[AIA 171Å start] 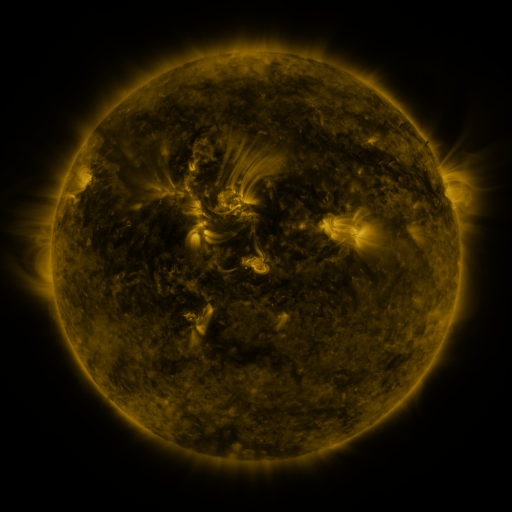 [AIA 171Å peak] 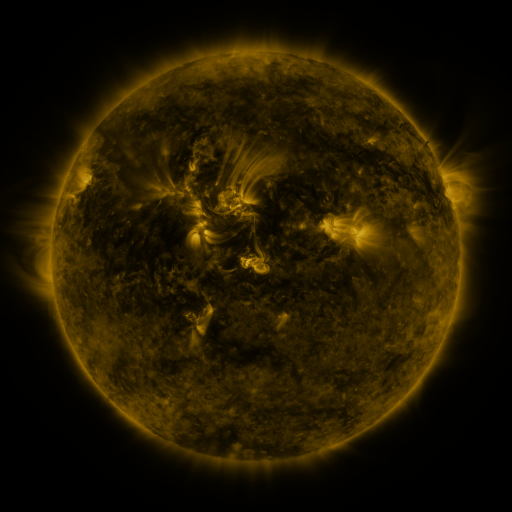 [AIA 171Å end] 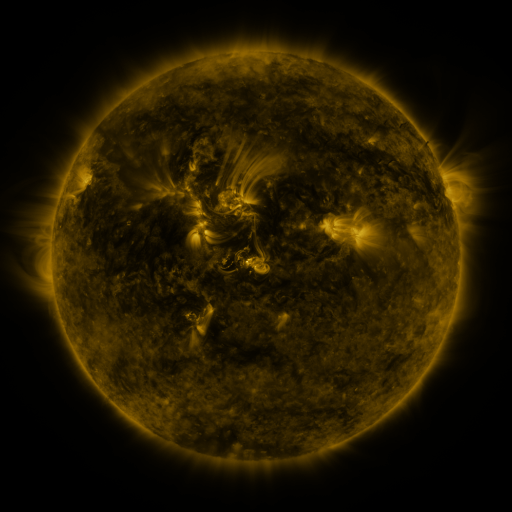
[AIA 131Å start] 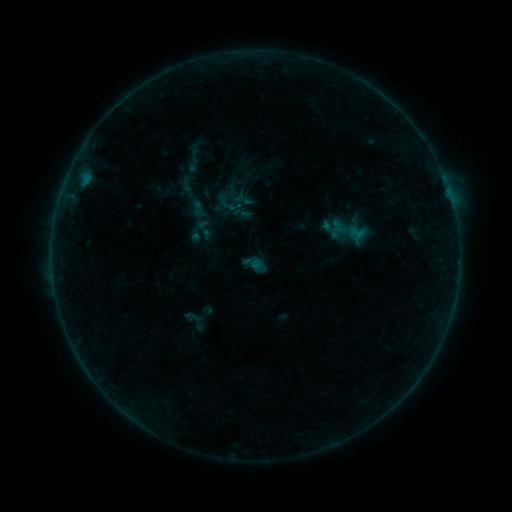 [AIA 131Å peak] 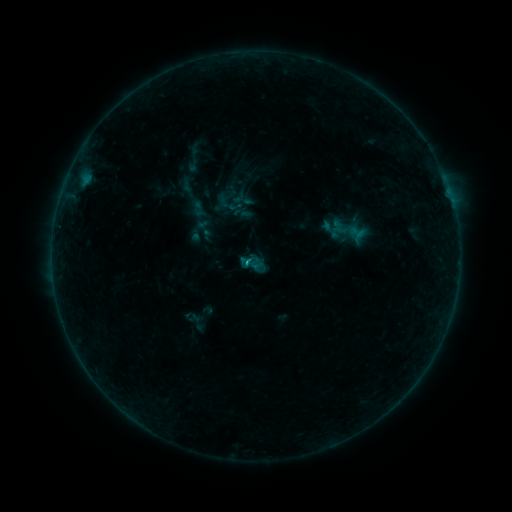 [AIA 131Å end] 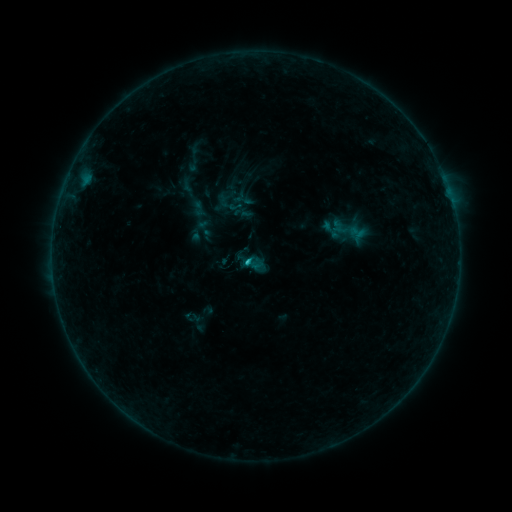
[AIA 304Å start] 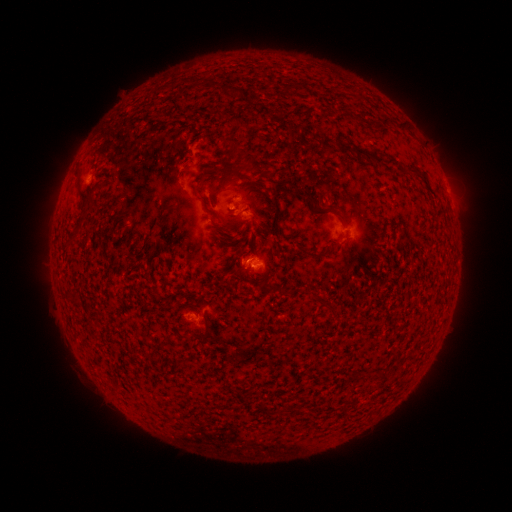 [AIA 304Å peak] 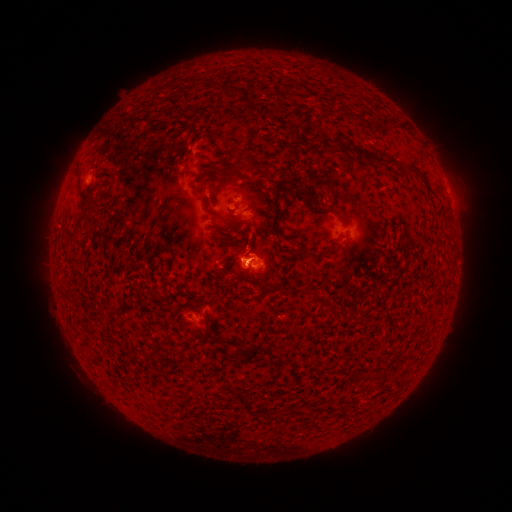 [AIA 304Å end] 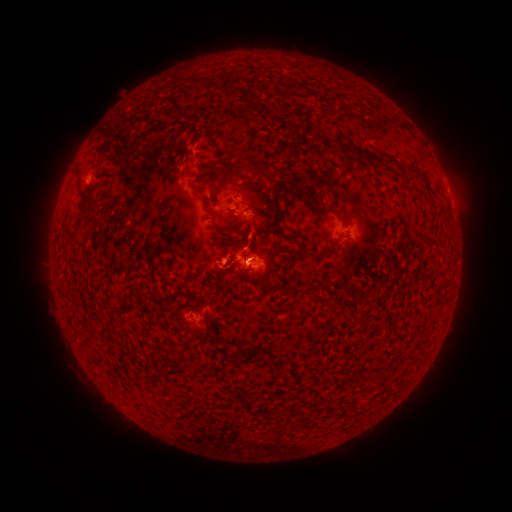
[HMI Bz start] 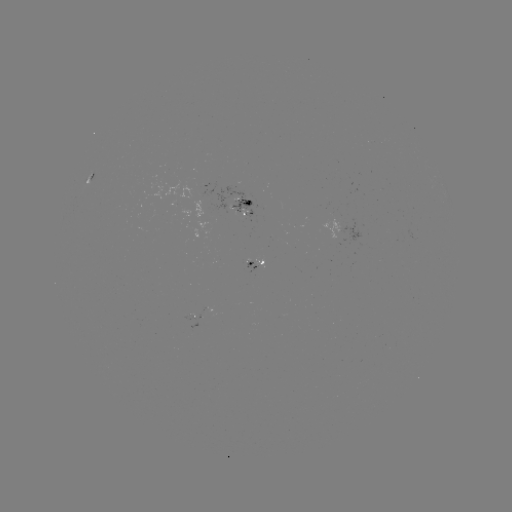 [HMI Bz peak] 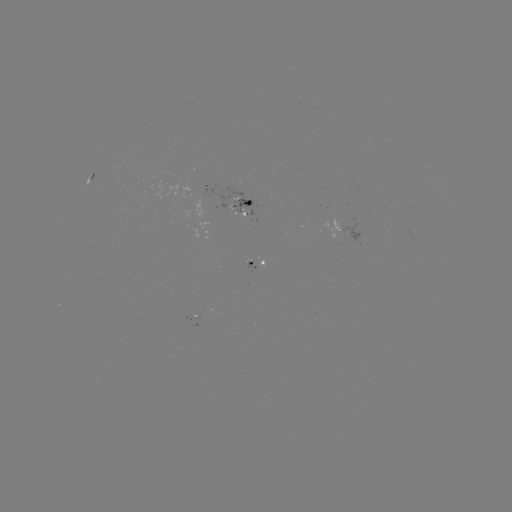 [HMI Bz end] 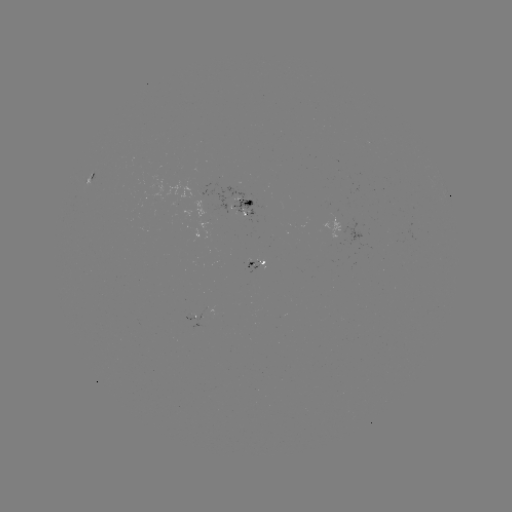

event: eruption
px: (237, 251)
